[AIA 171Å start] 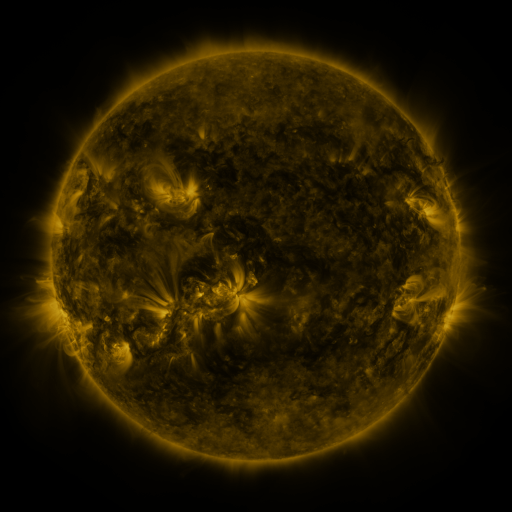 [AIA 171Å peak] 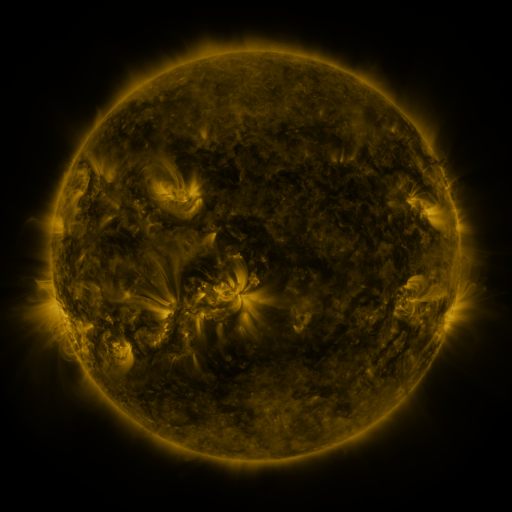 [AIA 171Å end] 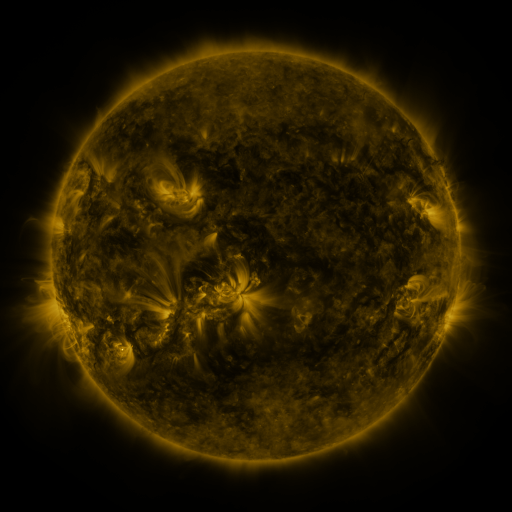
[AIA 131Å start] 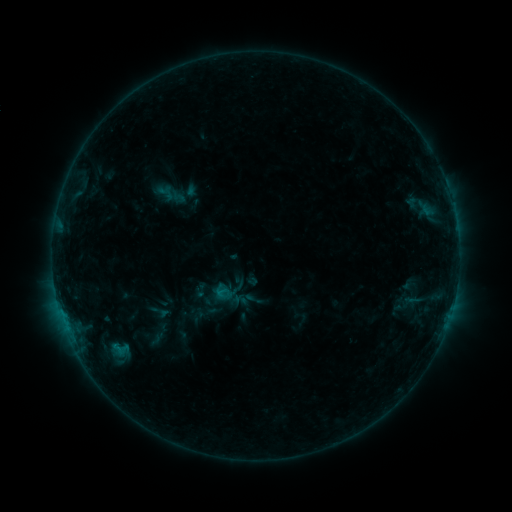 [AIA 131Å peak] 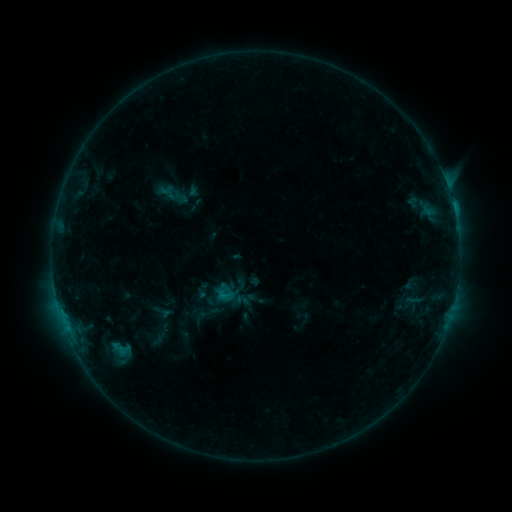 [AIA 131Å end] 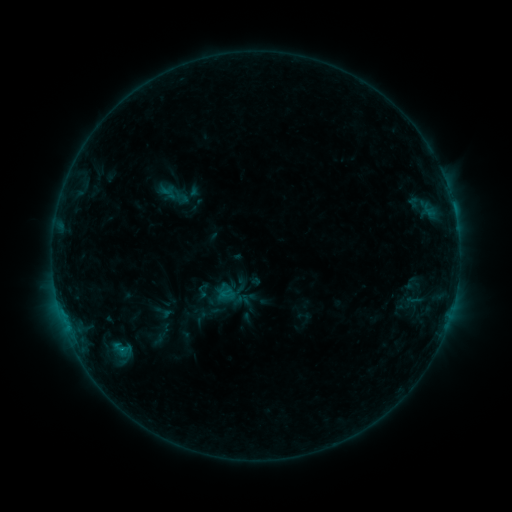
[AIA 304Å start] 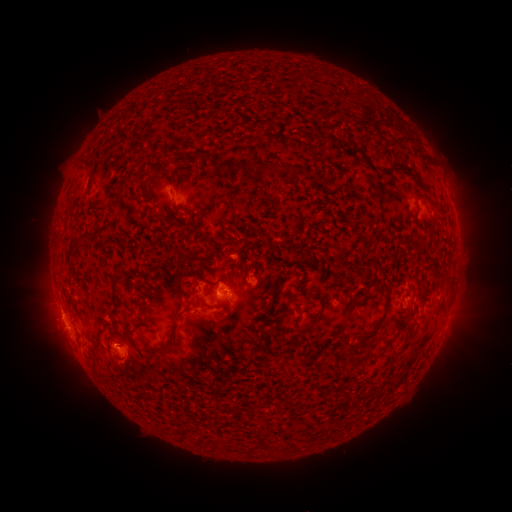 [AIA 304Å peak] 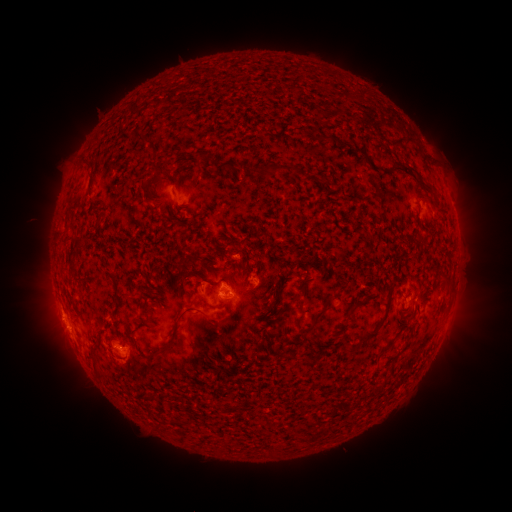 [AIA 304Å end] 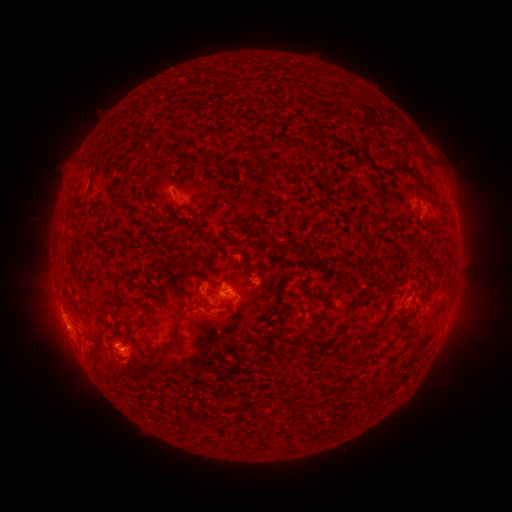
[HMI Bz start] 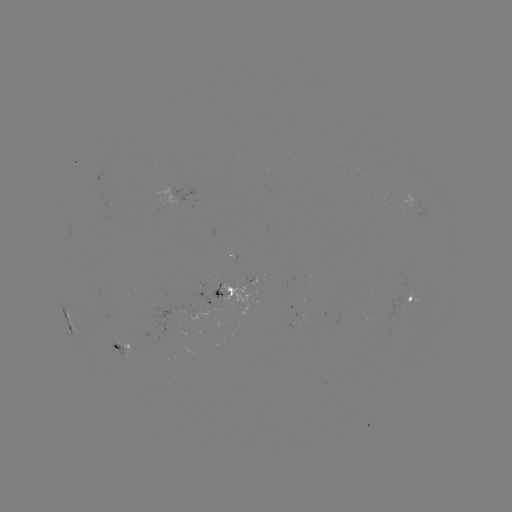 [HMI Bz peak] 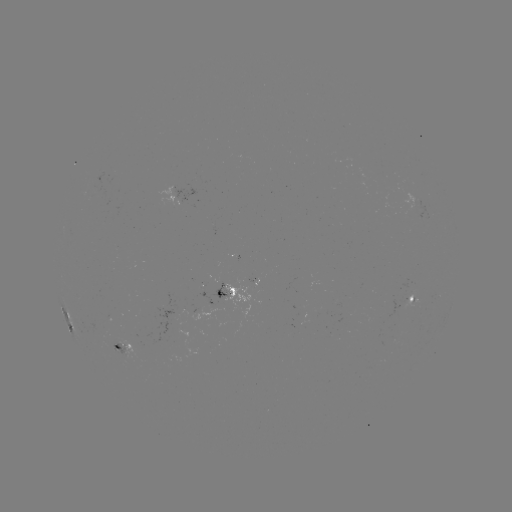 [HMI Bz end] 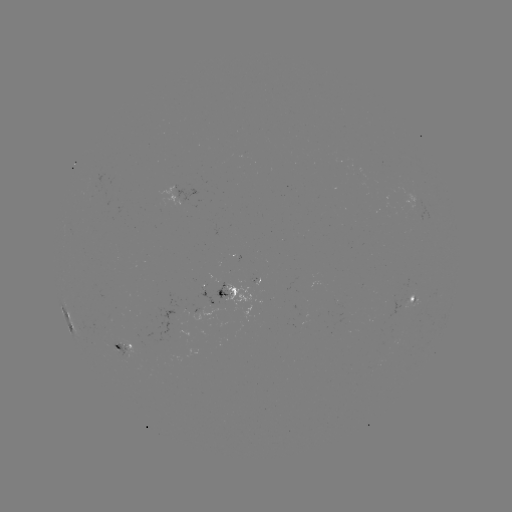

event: flare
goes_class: C1.4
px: (453, 210)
